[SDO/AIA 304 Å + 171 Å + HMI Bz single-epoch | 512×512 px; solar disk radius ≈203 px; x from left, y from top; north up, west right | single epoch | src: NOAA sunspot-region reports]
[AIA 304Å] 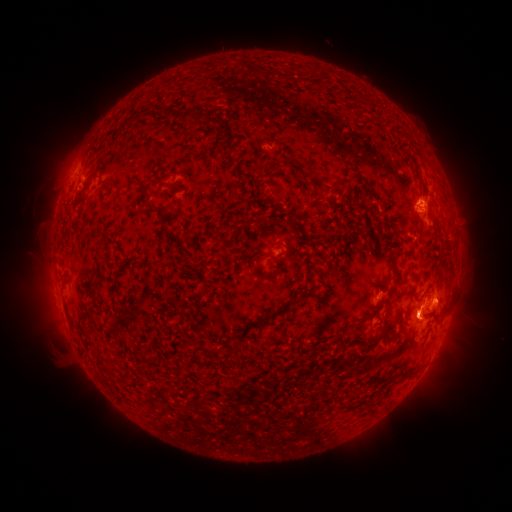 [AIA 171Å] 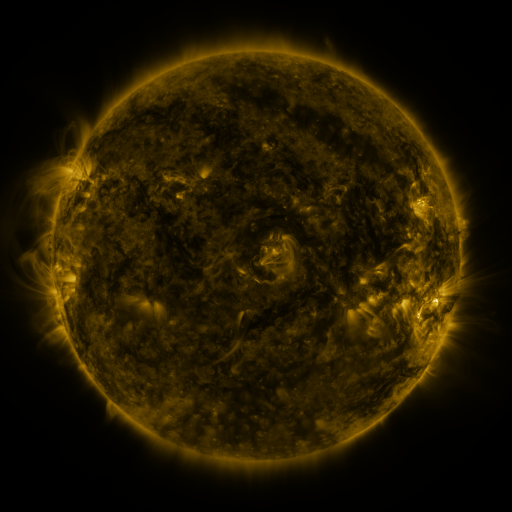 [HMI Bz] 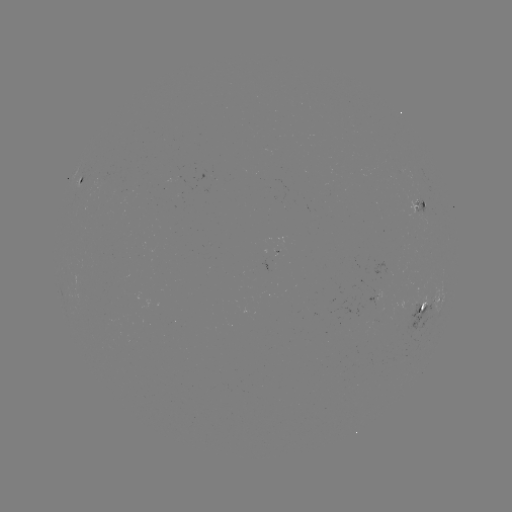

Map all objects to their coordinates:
spotted active region: (81, 180)
spotted active region: (418, 206)
spotted active region: (384, 293)
spotted active region: (431, 301)
